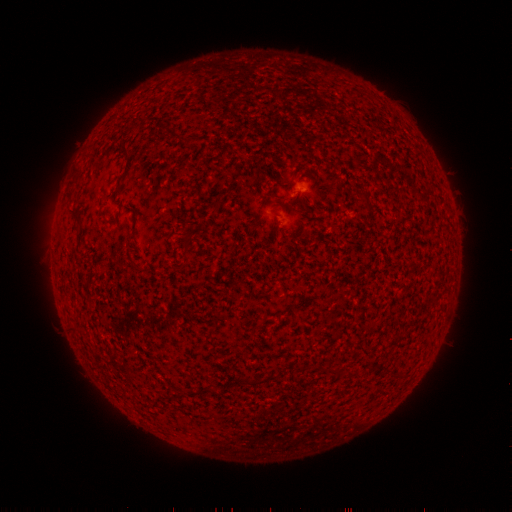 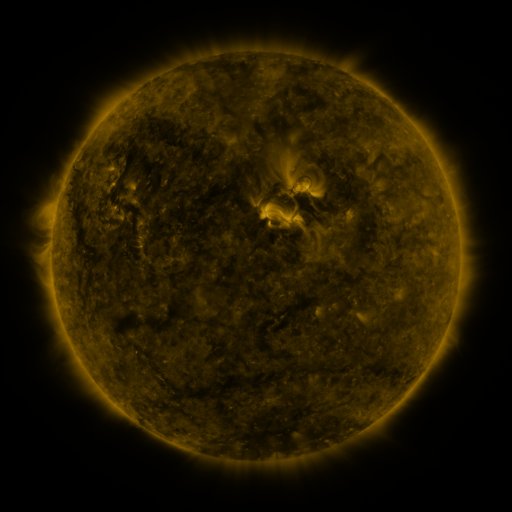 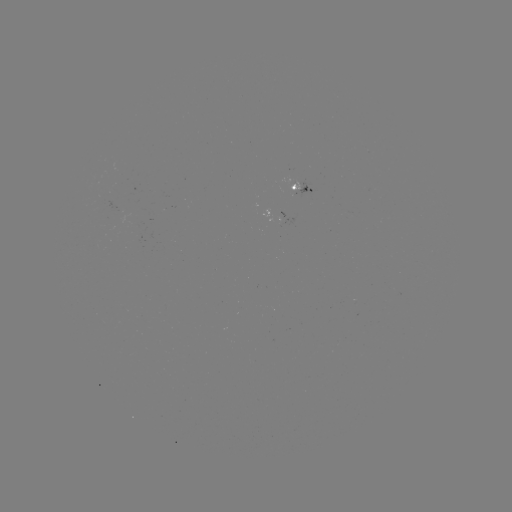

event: spotted active region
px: (307, 191)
